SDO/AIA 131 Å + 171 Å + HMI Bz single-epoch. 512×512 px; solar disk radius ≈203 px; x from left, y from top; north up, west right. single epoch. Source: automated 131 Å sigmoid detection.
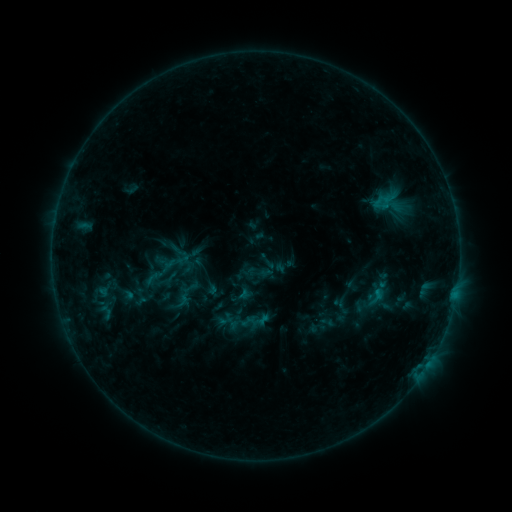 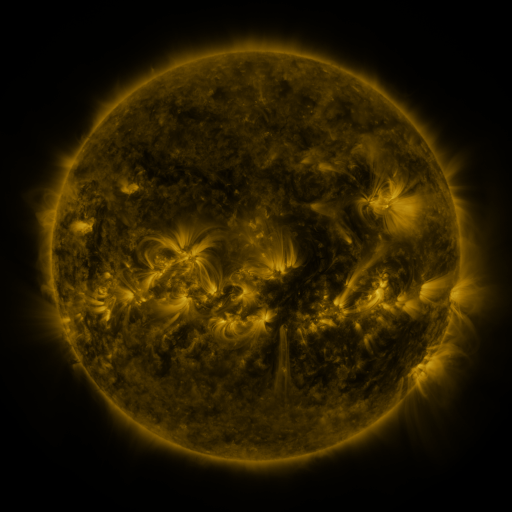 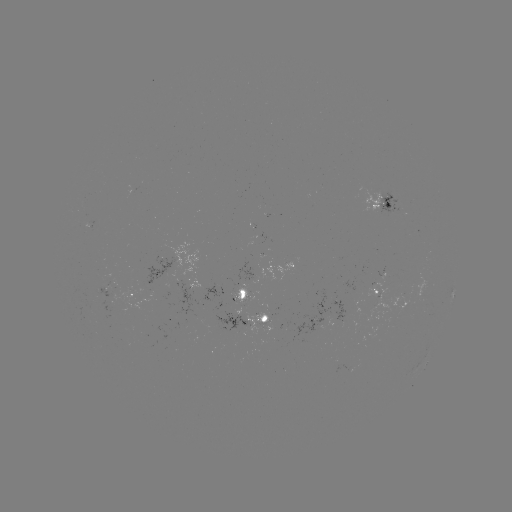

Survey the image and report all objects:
sigmoid: (145, 266, 181, 297)
sigmoid: (364, 284, 387, 309)
